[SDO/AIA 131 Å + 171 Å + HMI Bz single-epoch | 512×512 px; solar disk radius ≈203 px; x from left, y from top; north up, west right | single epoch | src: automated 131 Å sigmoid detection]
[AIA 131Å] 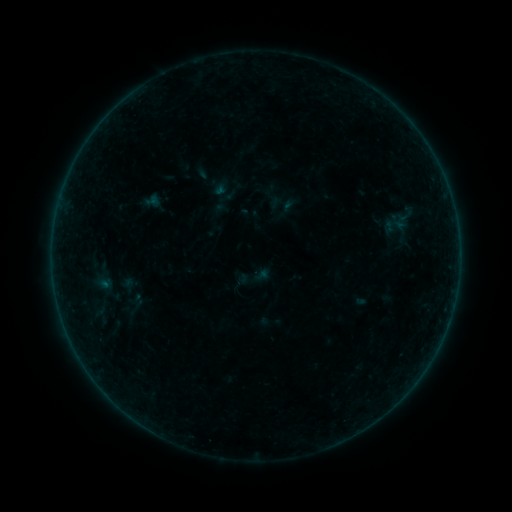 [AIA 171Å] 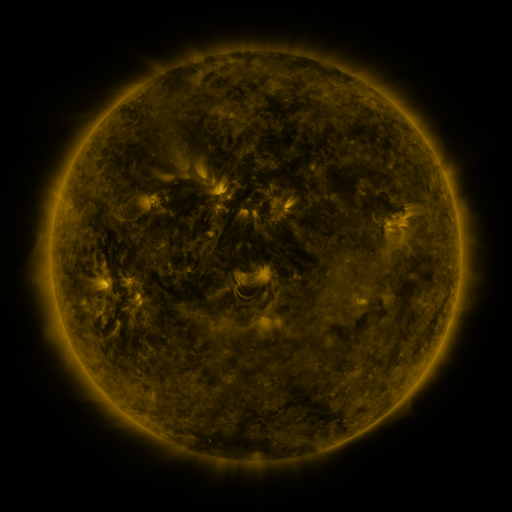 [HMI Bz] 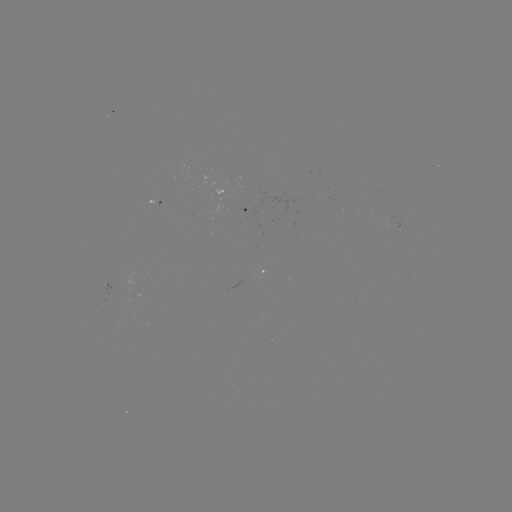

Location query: sigmoid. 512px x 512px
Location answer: (400, 221).